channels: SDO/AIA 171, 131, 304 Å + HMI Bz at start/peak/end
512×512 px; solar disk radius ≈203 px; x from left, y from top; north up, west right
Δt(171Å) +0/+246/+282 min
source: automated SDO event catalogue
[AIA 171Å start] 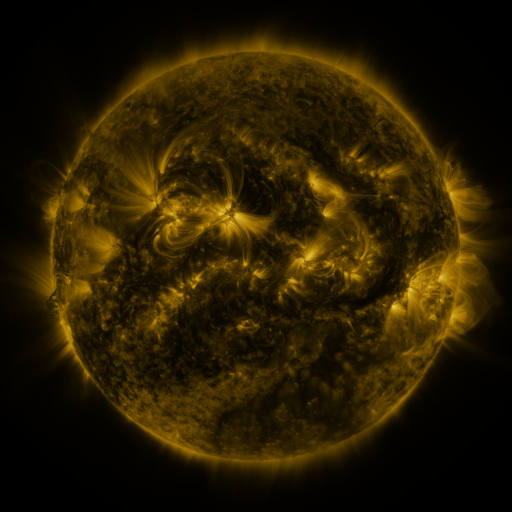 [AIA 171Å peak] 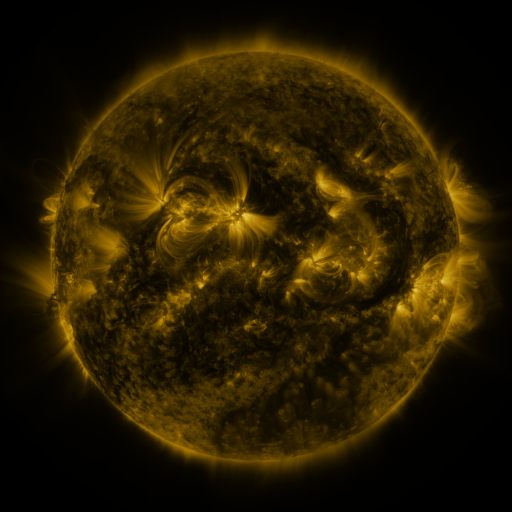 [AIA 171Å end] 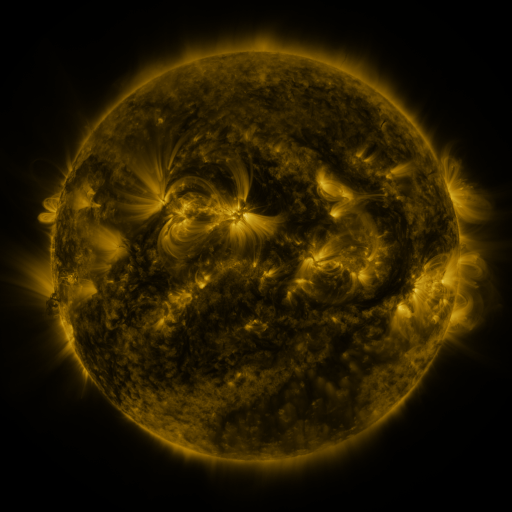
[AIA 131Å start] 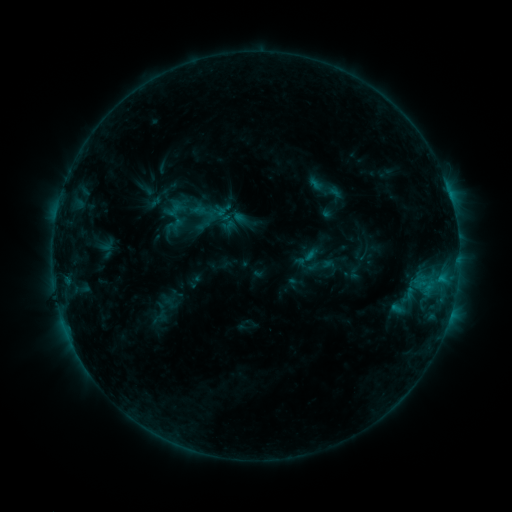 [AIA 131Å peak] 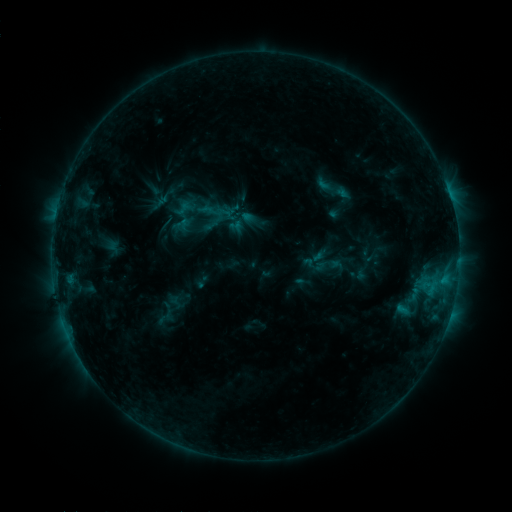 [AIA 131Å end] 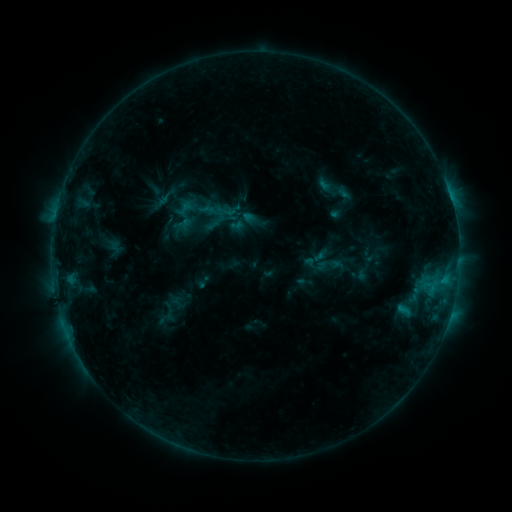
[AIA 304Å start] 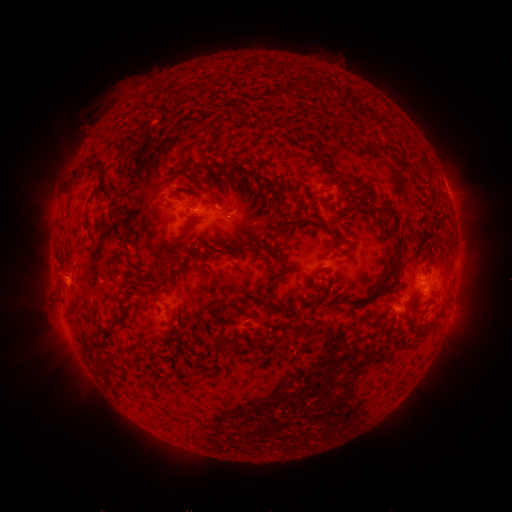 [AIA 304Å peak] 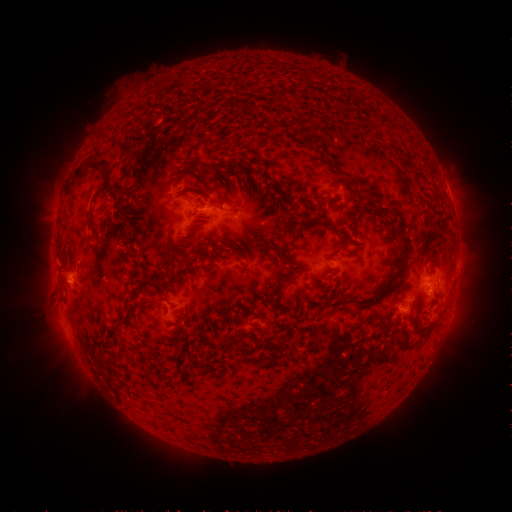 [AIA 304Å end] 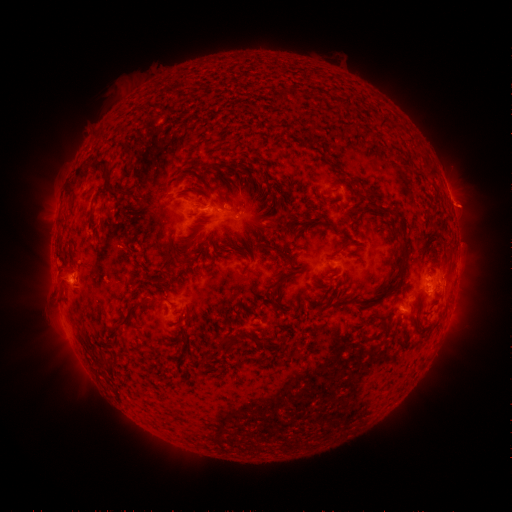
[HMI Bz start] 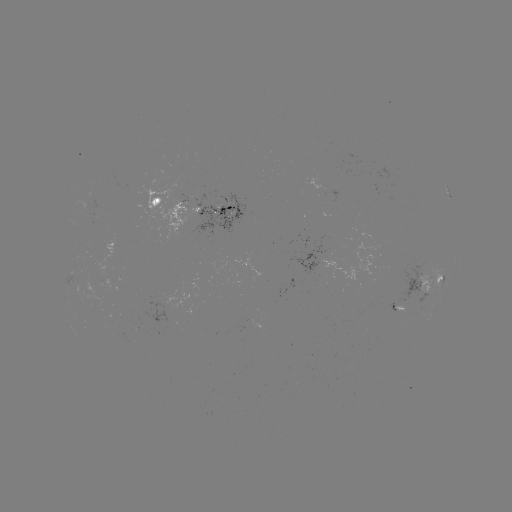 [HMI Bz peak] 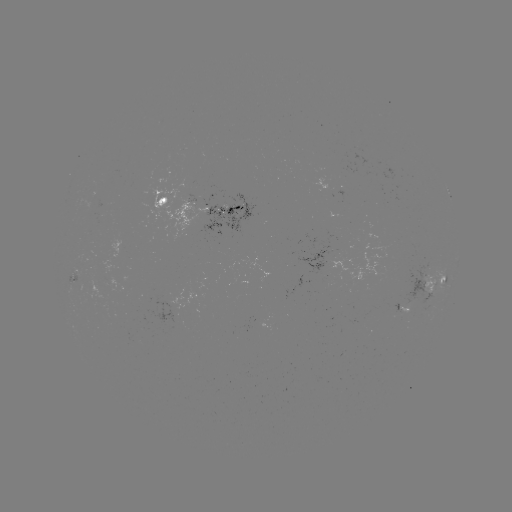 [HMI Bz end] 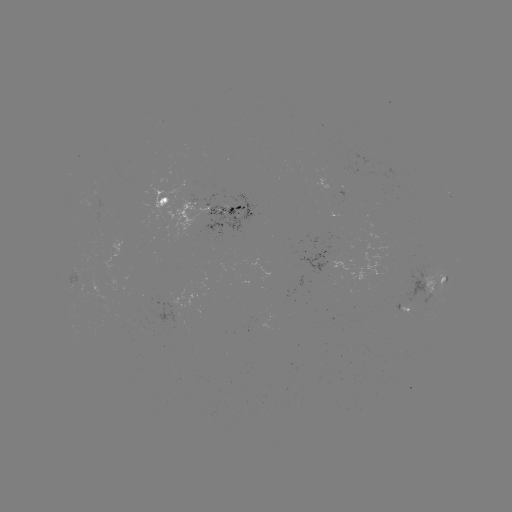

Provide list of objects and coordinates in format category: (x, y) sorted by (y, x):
emerging-flux region: (399, 312)
